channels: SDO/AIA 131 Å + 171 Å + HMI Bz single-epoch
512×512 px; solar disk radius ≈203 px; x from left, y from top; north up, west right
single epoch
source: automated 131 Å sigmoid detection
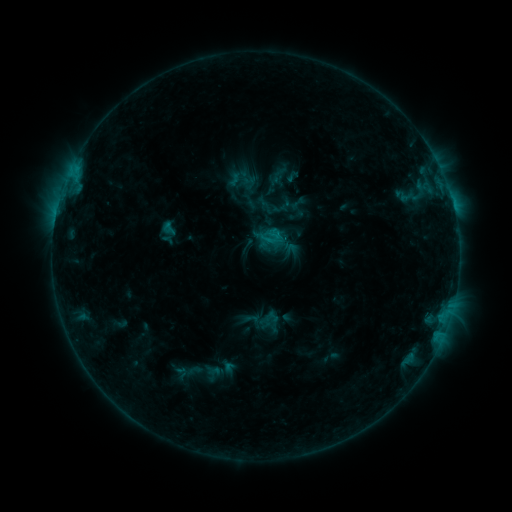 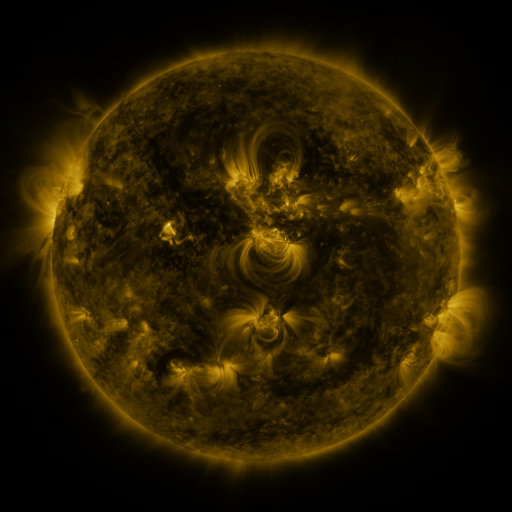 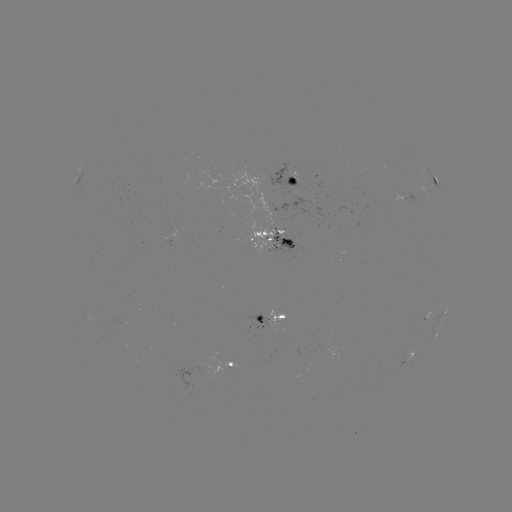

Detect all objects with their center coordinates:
sigmoid: (225, 163, 257, 196)
